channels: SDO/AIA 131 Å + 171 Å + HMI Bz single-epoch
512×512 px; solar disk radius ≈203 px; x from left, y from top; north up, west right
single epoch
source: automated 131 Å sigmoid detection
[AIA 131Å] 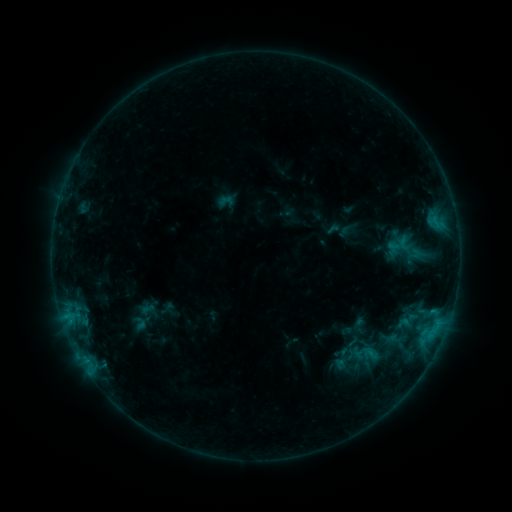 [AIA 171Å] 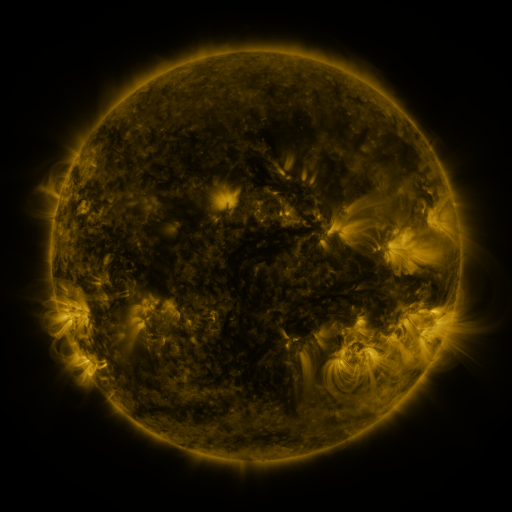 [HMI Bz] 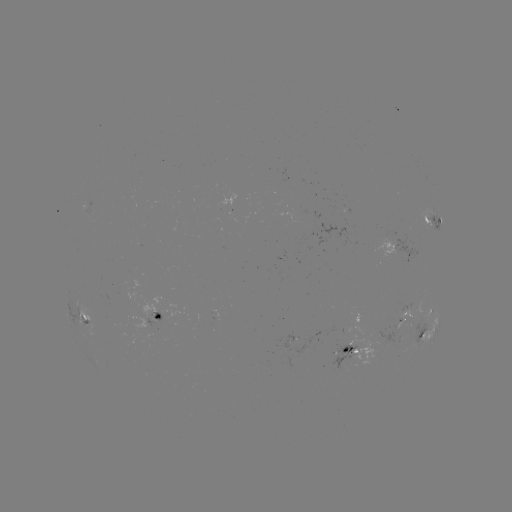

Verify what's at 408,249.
sigmoid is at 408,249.